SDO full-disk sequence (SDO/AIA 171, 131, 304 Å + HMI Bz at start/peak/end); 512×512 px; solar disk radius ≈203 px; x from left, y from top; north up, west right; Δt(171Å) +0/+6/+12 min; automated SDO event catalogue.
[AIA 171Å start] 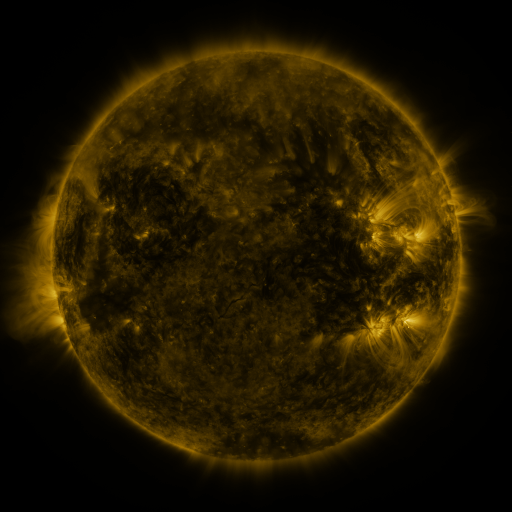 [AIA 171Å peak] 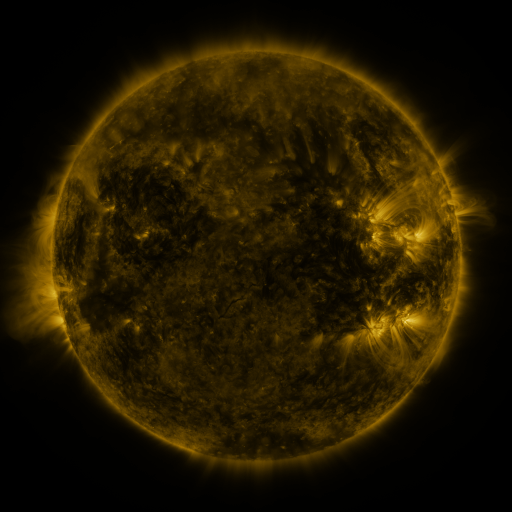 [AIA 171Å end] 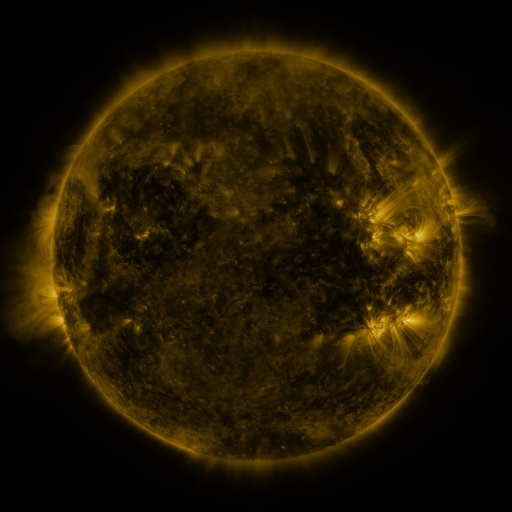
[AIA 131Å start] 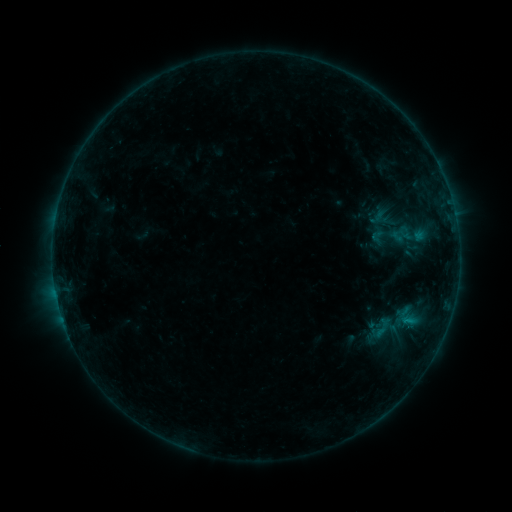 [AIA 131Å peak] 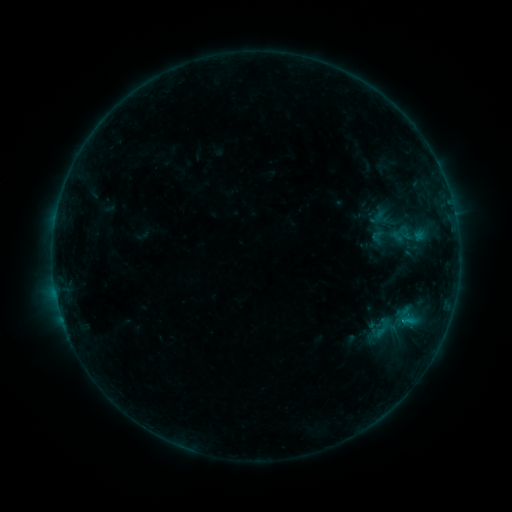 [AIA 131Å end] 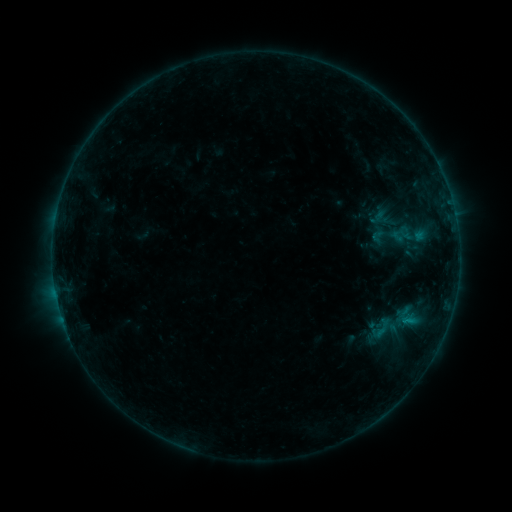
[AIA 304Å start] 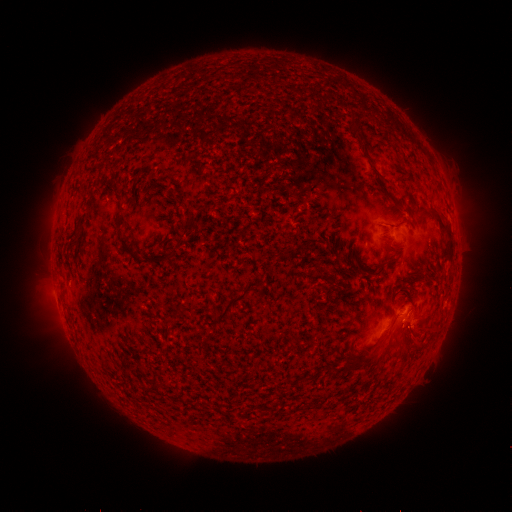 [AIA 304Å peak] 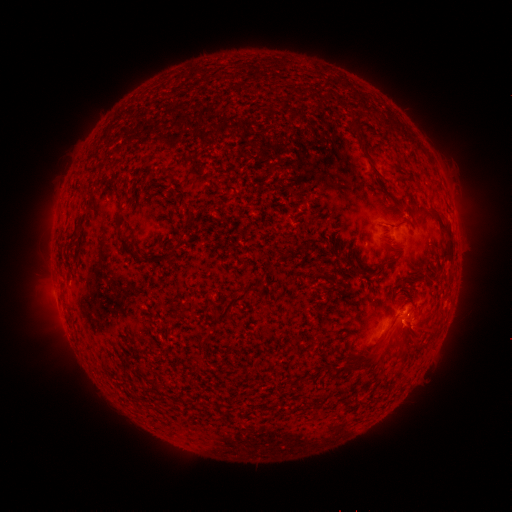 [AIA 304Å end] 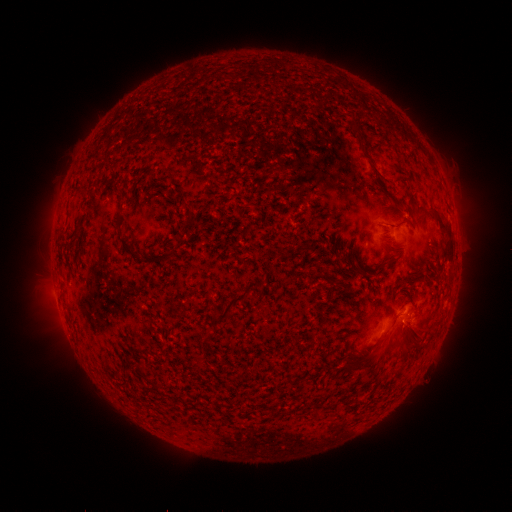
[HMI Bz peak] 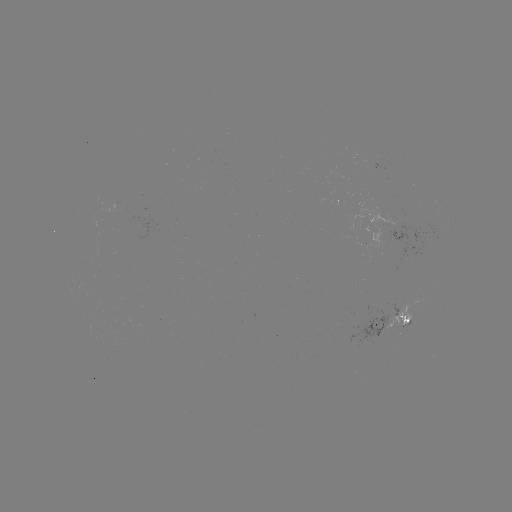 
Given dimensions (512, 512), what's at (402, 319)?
B4.5 flare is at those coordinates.